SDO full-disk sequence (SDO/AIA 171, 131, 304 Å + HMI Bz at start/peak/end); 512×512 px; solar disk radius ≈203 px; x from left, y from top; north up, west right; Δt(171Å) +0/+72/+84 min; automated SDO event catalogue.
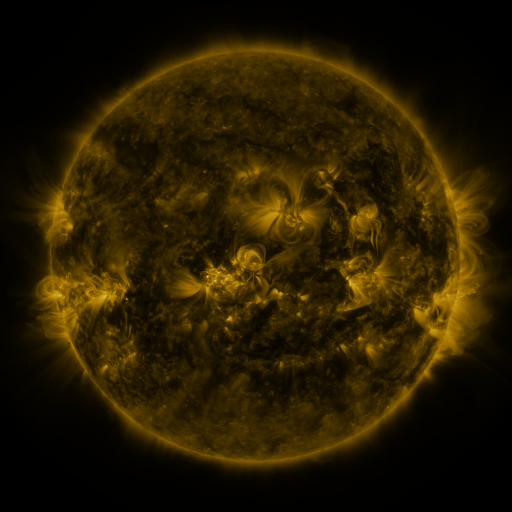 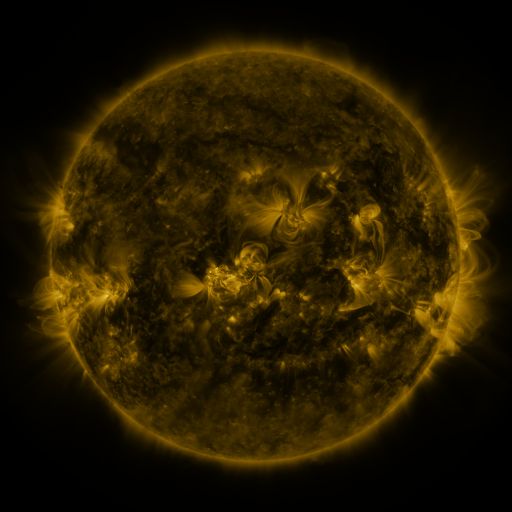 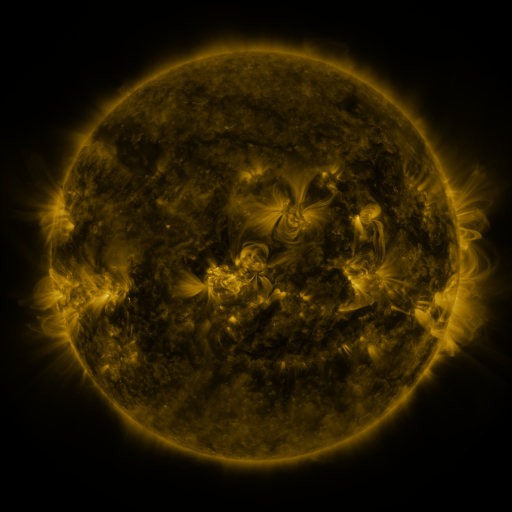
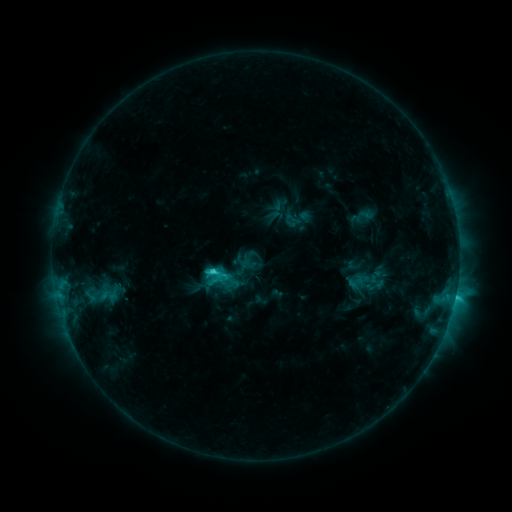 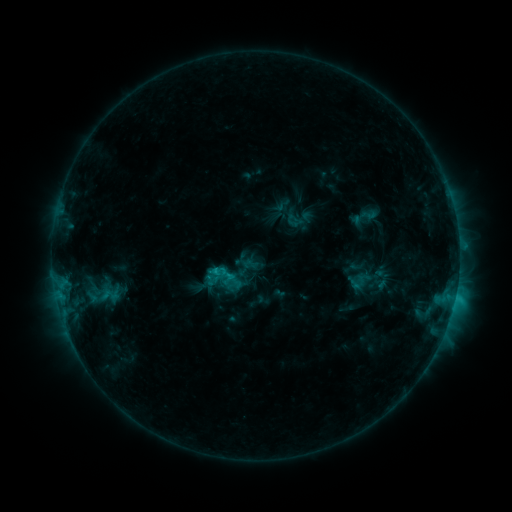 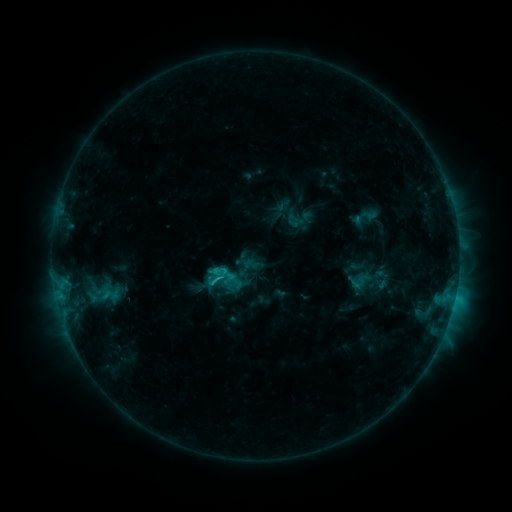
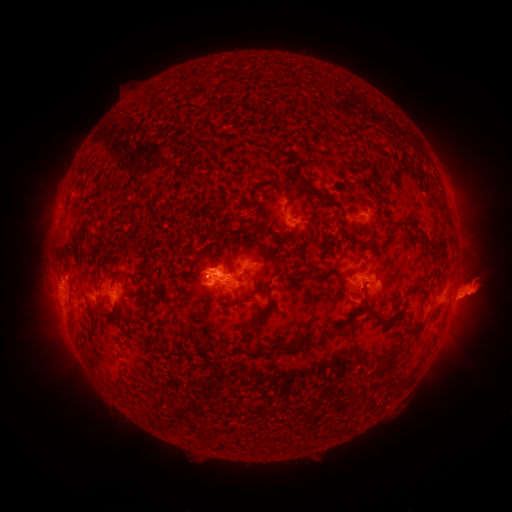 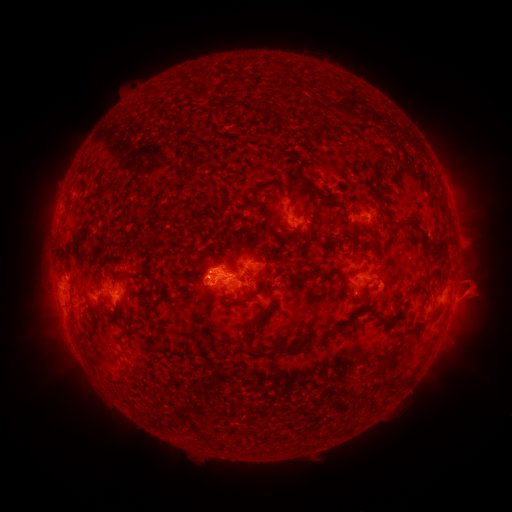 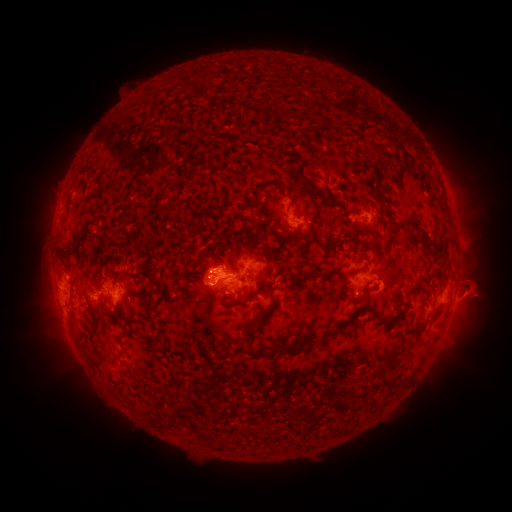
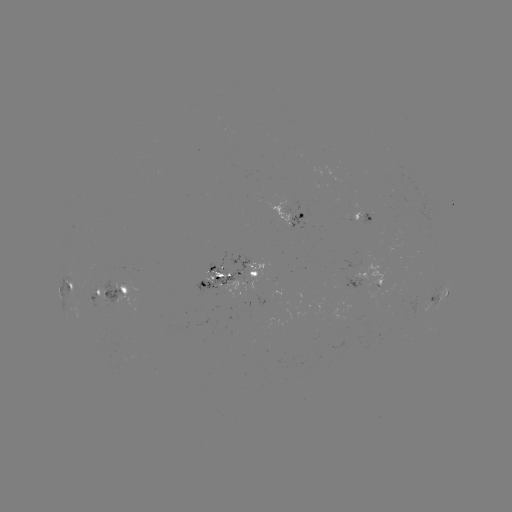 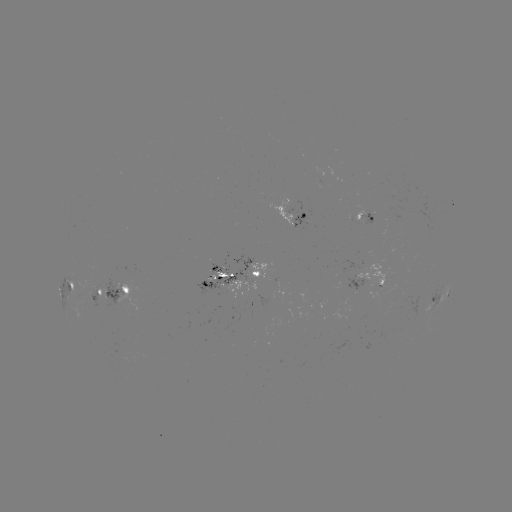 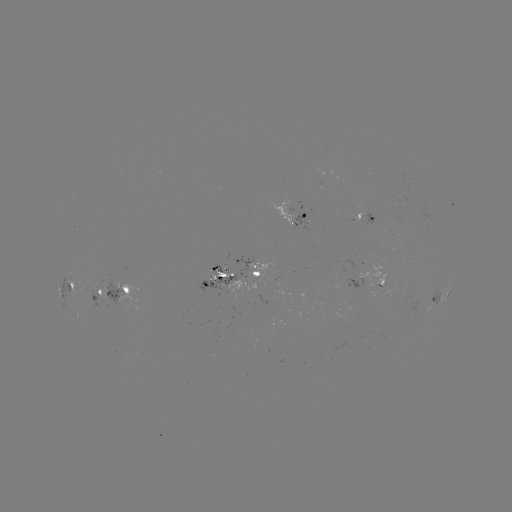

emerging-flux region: [267, 200, 291, 230]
